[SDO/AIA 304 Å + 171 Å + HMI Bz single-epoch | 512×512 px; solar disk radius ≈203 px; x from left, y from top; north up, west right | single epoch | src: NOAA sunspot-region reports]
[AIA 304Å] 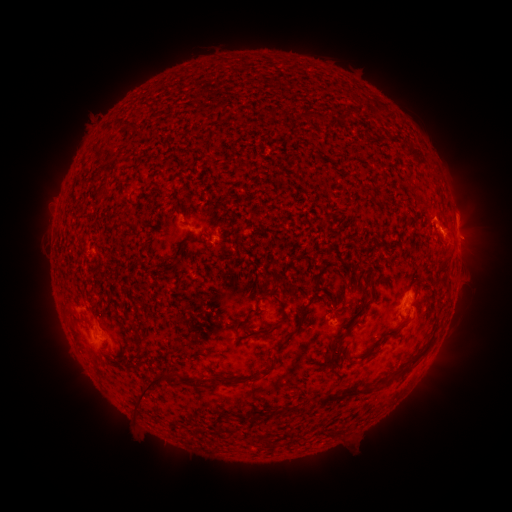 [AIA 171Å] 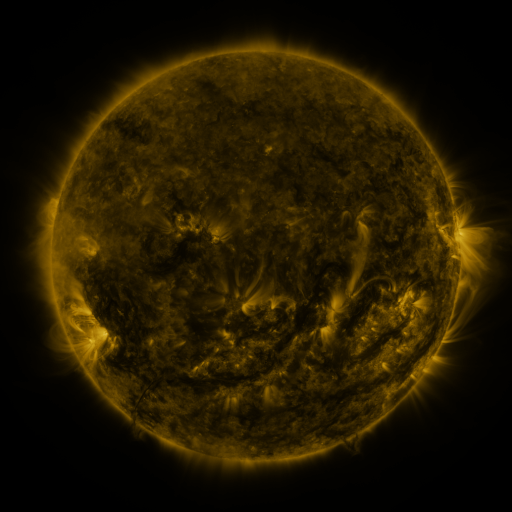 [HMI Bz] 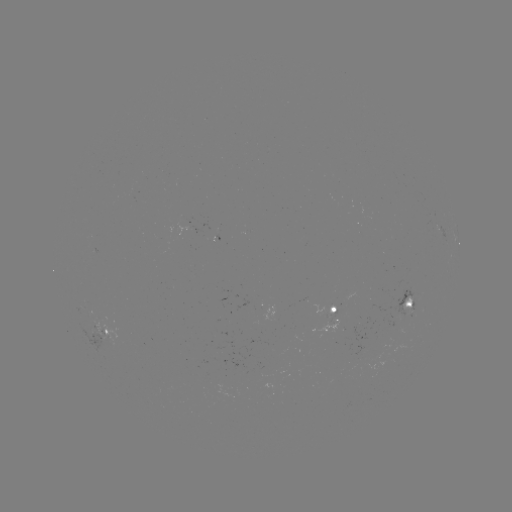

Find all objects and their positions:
spotted active region: (456, 226)
spotted active region: (411, 304)
spotted active region: (273, 306)
spotted active region: (333, 312)
spotted active region: (108, 331)
